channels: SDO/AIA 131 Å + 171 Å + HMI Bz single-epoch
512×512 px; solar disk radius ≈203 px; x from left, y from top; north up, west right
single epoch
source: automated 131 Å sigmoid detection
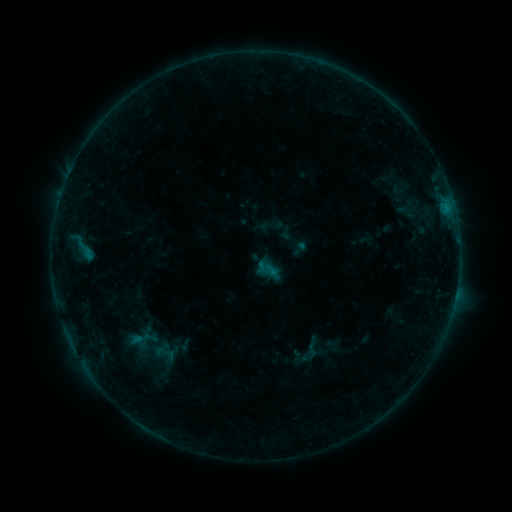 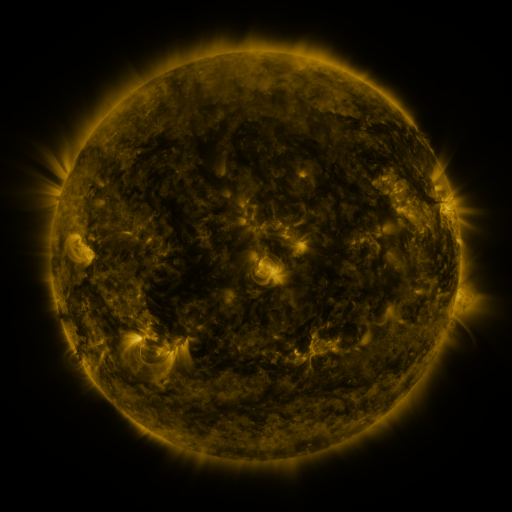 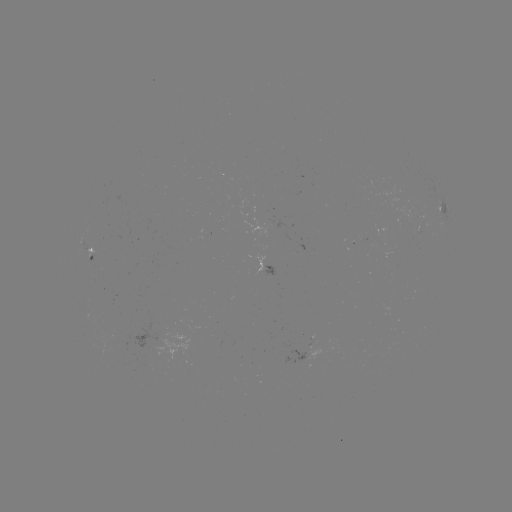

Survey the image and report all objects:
sigmoid: (310, 352)
sigmoid: (163, 354)
